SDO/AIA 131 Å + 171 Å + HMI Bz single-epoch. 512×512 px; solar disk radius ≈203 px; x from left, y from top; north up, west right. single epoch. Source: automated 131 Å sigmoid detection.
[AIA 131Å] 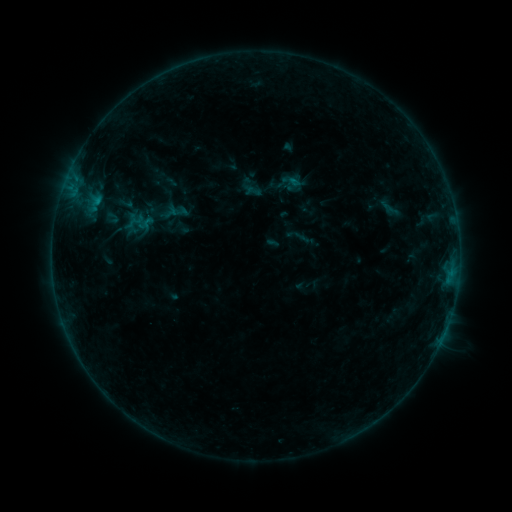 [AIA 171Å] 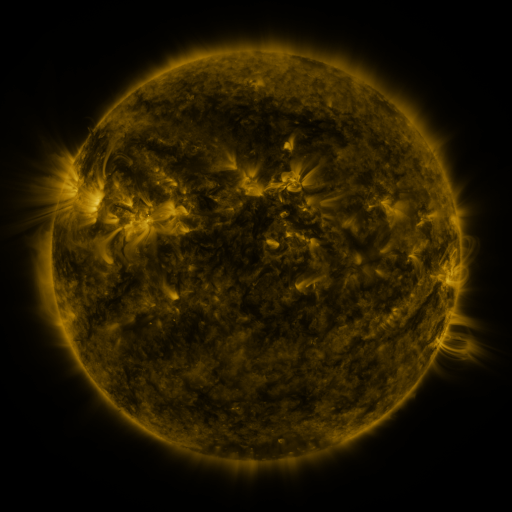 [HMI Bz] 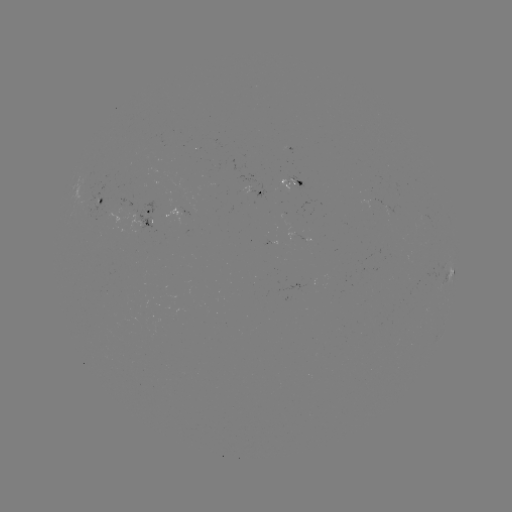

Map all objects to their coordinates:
sigmoid: [117, 195, 134, 212]
sigmoid: [127, 212, 144, 230]
